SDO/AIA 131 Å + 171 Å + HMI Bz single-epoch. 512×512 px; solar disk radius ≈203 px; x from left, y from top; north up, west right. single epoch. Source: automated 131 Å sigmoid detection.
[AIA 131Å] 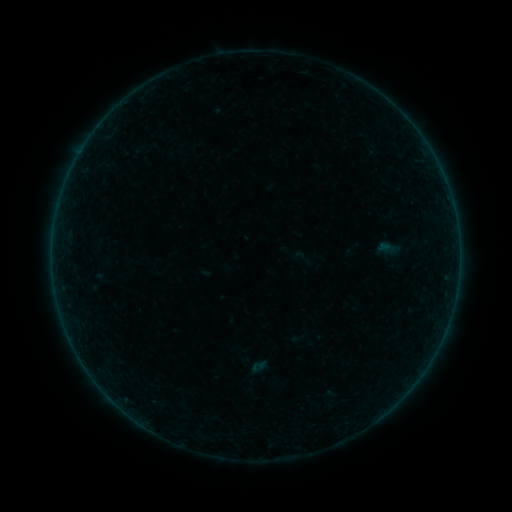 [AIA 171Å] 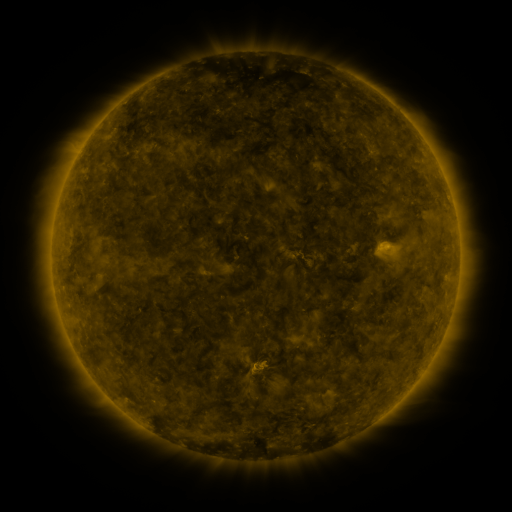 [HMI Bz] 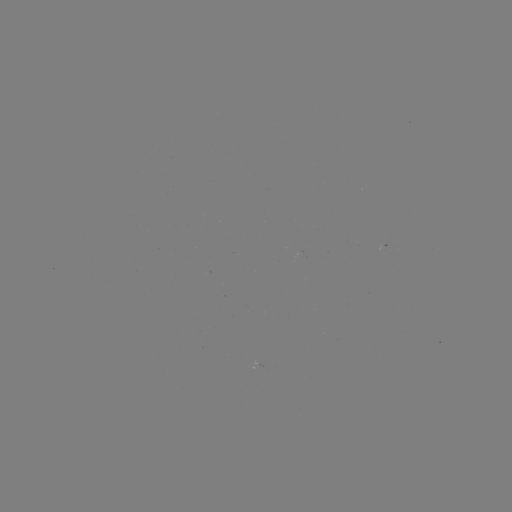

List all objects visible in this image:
sigmoid: <bbox>288, 244, 316, 272</bbox>
